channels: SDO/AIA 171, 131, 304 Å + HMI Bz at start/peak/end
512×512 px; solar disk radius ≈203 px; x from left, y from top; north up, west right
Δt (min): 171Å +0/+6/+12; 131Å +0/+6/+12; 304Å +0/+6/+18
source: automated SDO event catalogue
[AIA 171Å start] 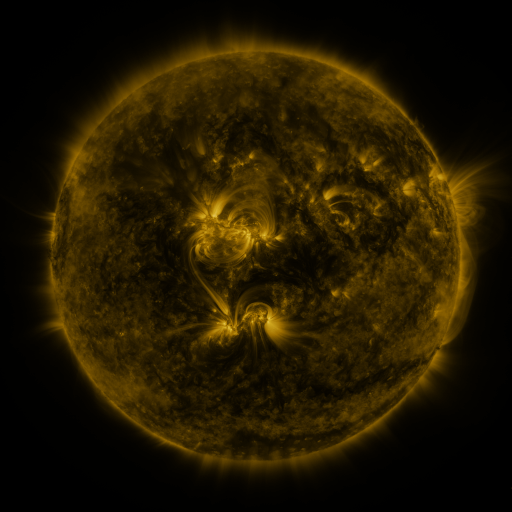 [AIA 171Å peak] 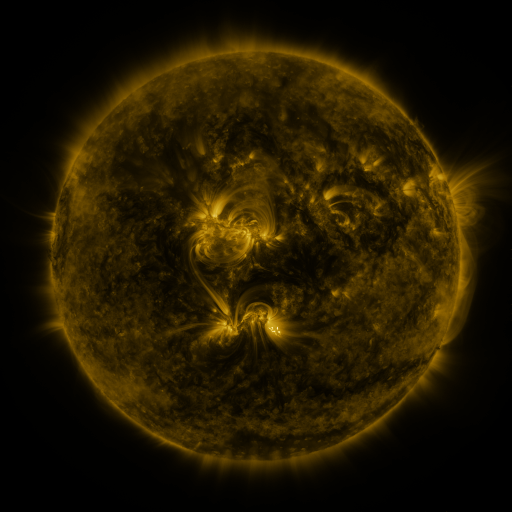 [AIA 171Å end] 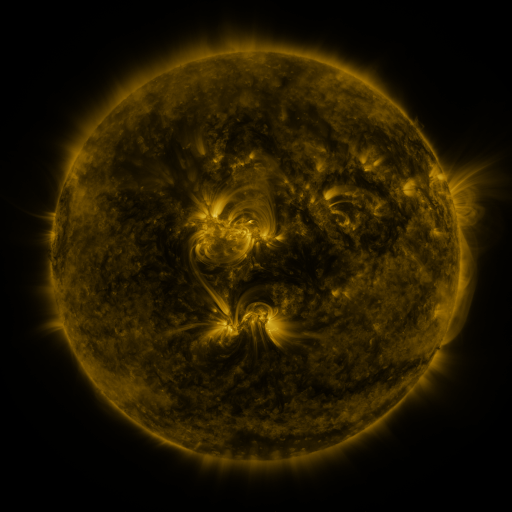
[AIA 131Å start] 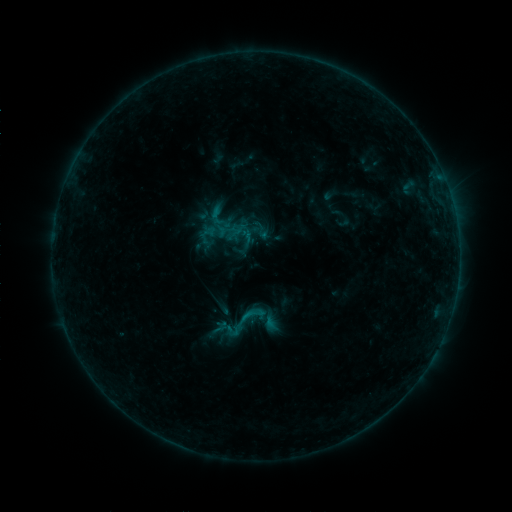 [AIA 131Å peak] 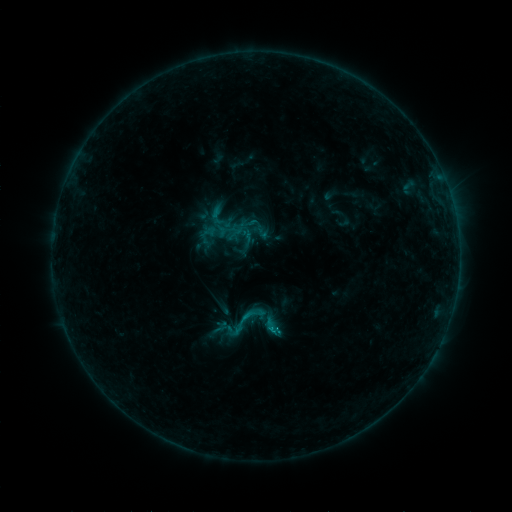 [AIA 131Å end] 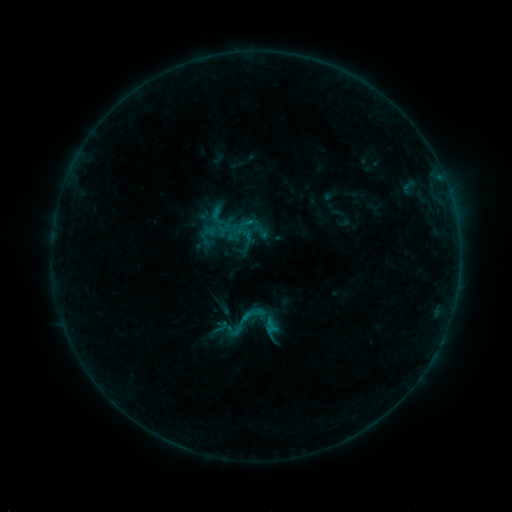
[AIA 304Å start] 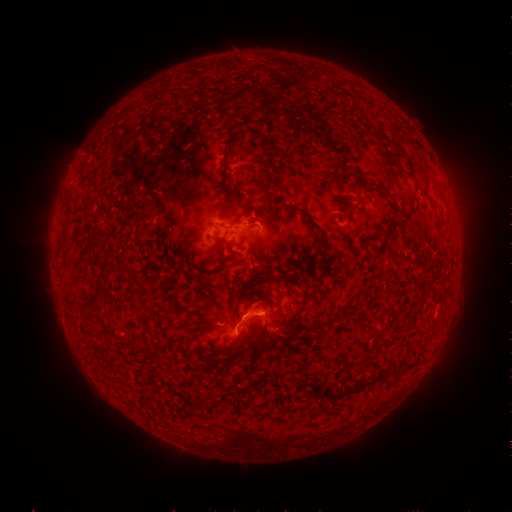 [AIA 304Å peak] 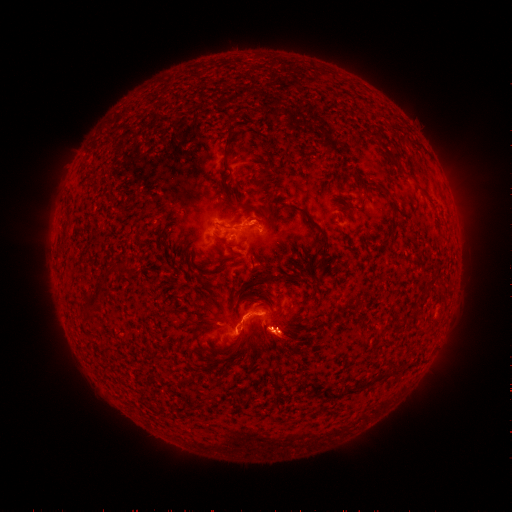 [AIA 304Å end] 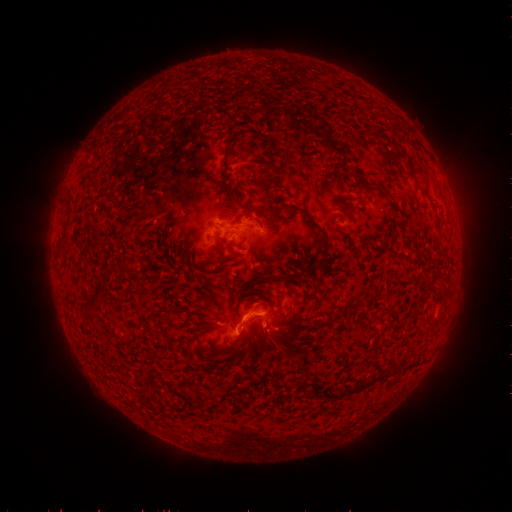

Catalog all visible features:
B9.7 flare: (272, 327)
